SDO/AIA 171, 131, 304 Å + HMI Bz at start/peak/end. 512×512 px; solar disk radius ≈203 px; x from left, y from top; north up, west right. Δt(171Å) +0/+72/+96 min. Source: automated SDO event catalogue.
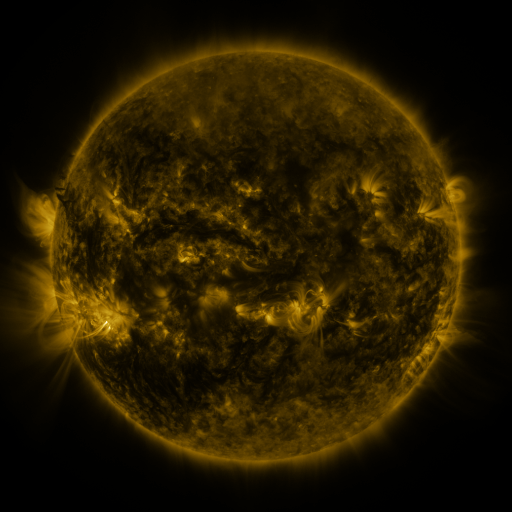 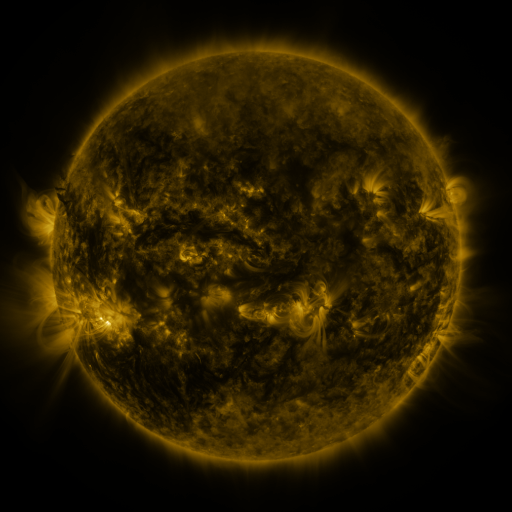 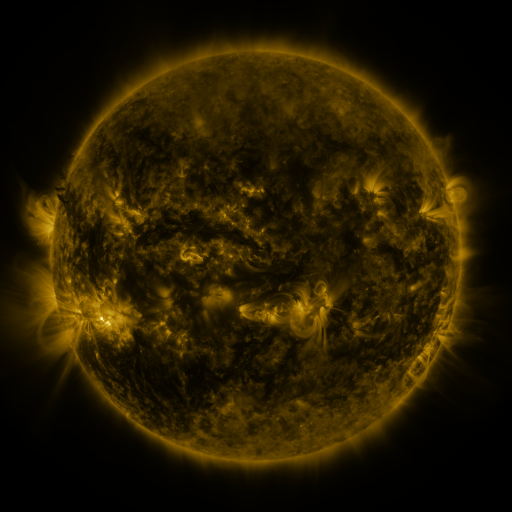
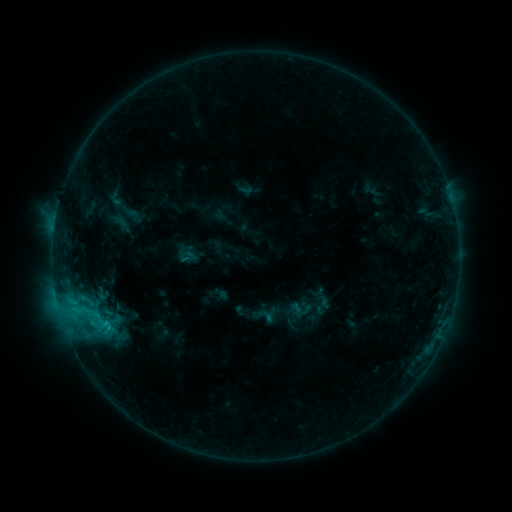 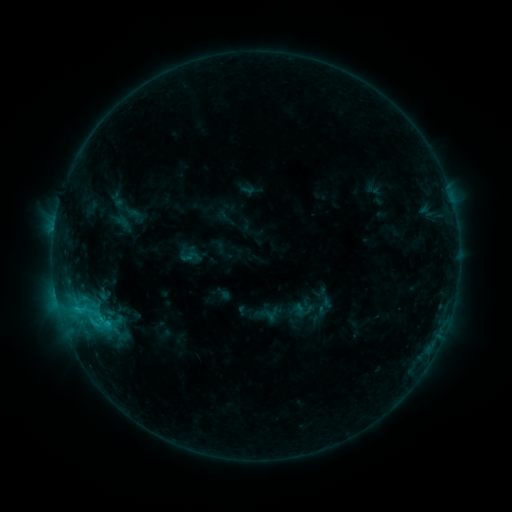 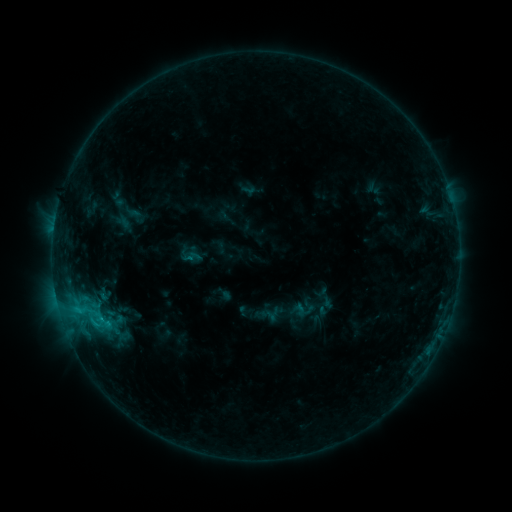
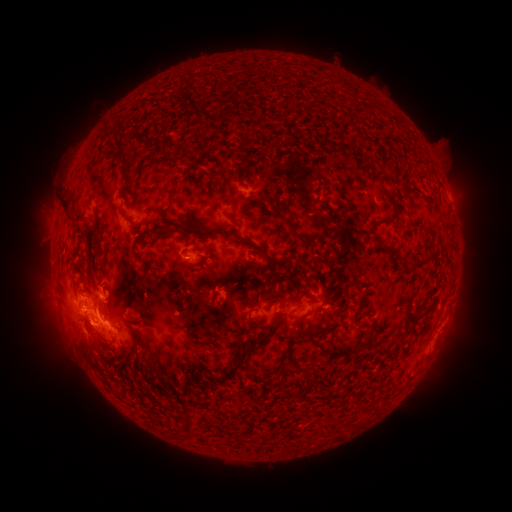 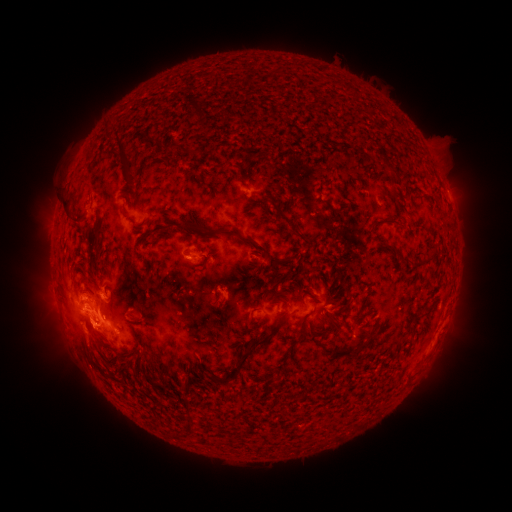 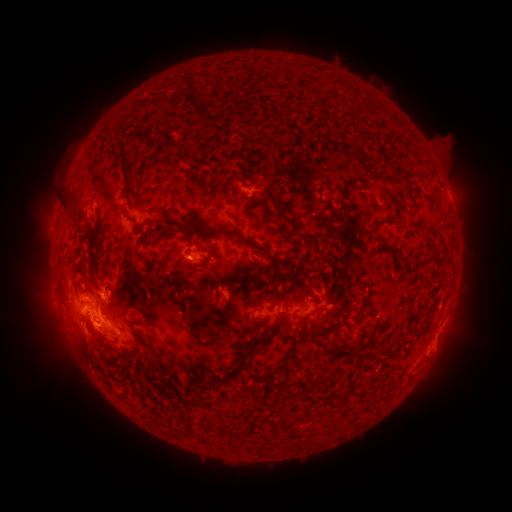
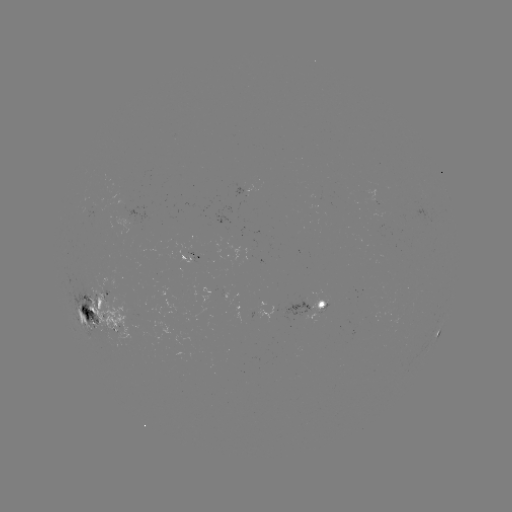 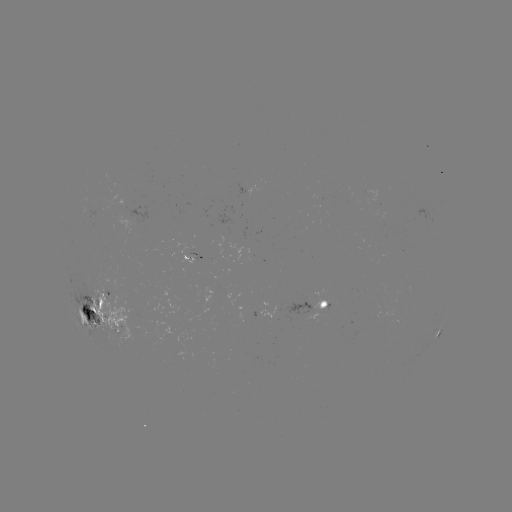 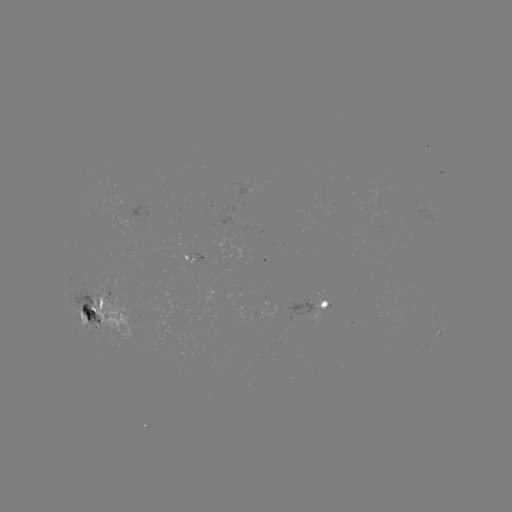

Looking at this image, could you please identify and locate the emerging-flux region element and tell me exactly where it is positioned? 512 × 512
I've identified emerging-flux region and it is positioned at (140, 317).